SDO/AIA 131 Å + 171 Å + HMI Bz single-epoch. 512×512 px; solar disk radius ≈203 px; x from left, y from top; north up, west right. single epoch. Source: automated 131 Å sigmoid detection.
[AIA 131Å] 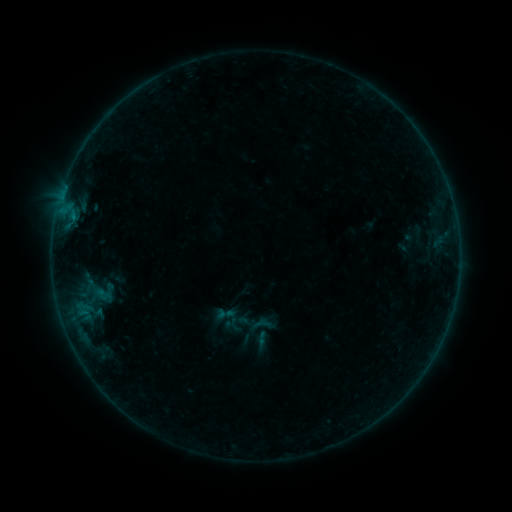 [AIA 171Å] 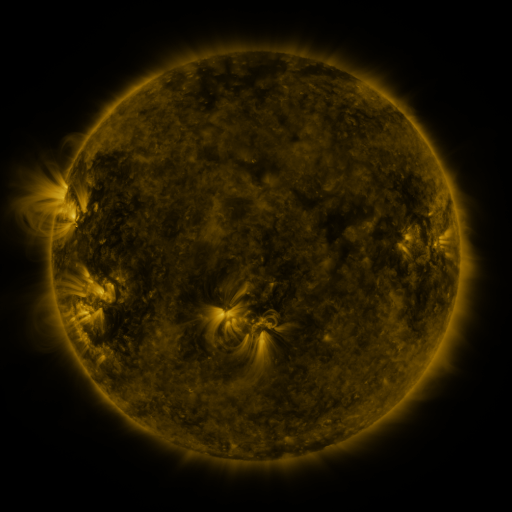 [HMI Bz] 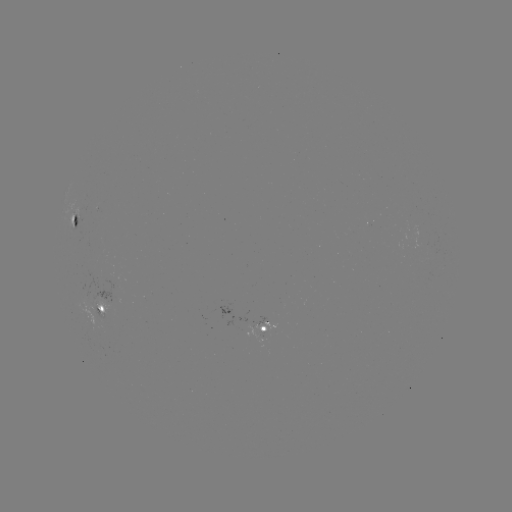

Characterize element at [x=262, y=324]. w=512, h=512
sigmoid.